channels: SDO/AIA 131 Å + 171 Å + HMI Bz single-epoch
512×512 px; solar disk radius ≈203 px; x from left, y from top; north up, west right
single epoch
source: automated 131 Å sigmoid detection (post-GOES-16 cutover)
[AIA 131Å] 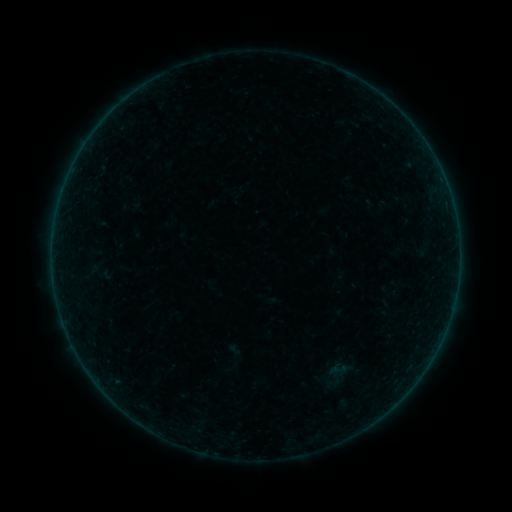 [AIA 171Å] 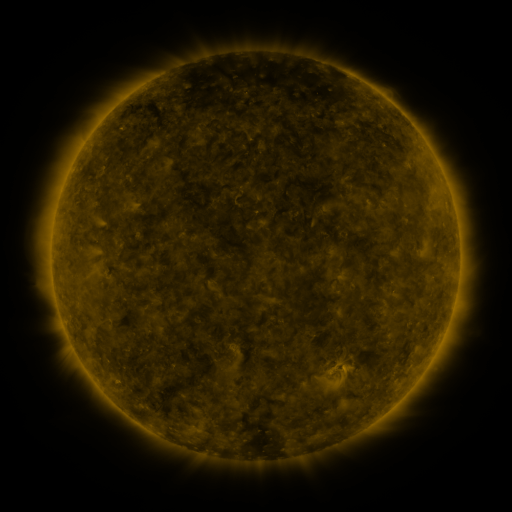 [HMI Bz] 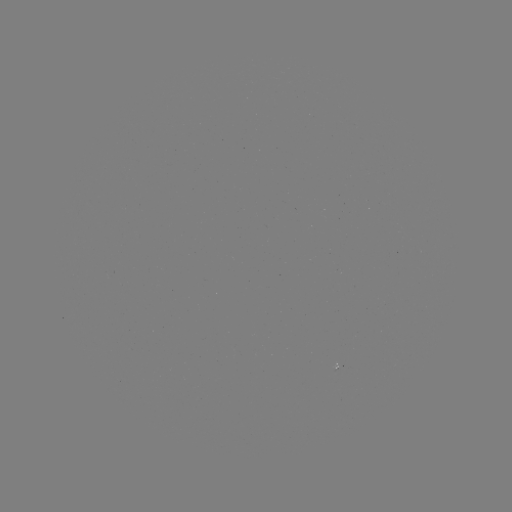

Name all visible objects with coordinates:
sigmoid: (340, 370)
